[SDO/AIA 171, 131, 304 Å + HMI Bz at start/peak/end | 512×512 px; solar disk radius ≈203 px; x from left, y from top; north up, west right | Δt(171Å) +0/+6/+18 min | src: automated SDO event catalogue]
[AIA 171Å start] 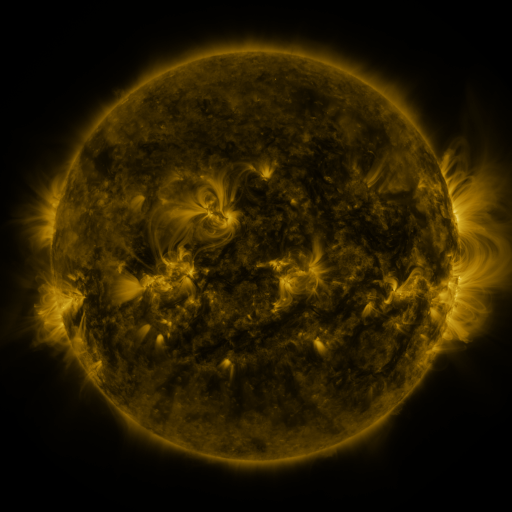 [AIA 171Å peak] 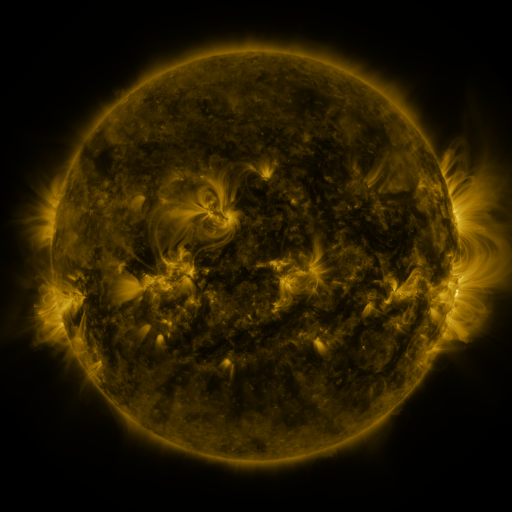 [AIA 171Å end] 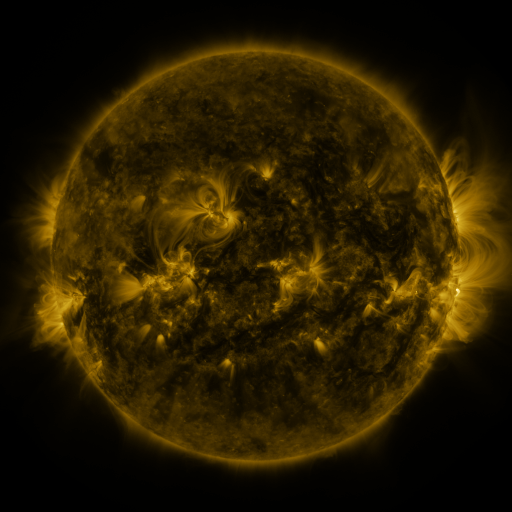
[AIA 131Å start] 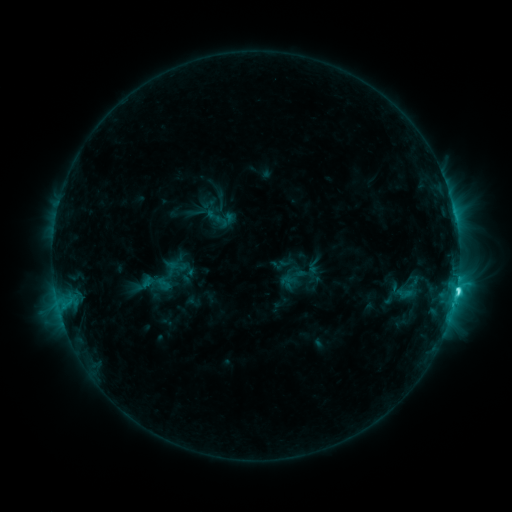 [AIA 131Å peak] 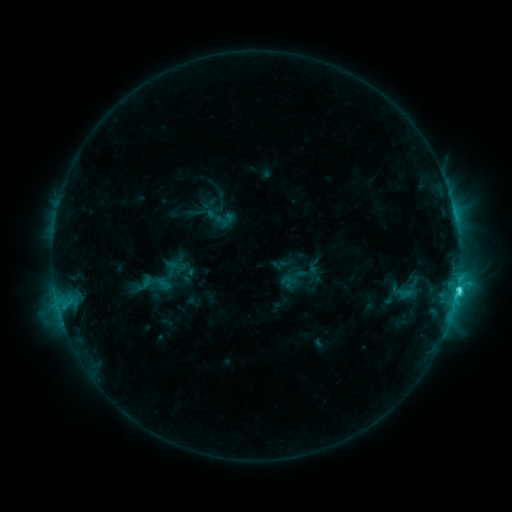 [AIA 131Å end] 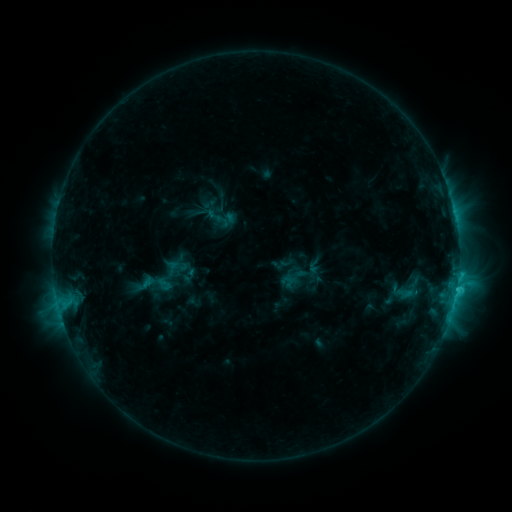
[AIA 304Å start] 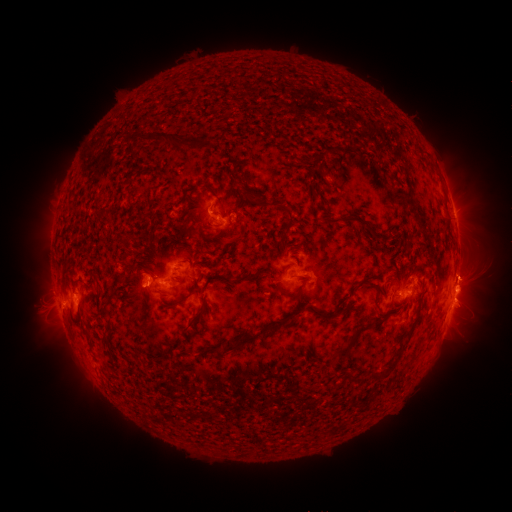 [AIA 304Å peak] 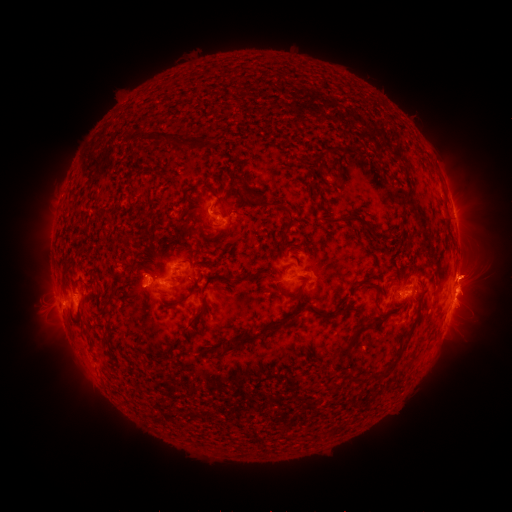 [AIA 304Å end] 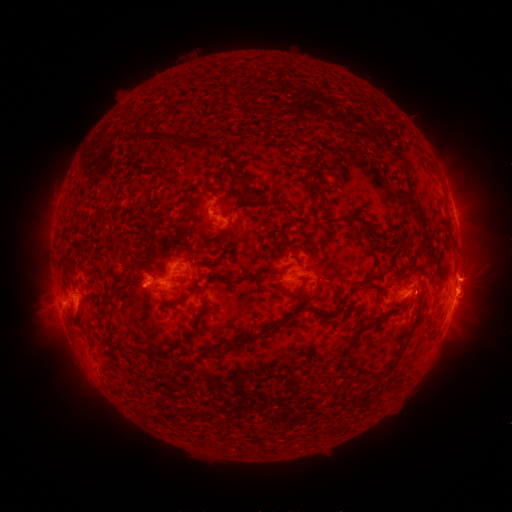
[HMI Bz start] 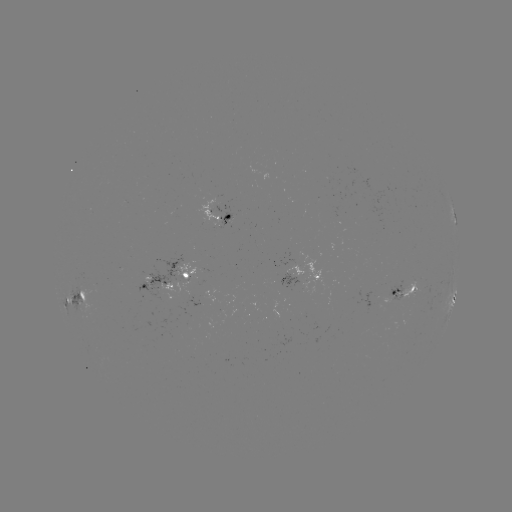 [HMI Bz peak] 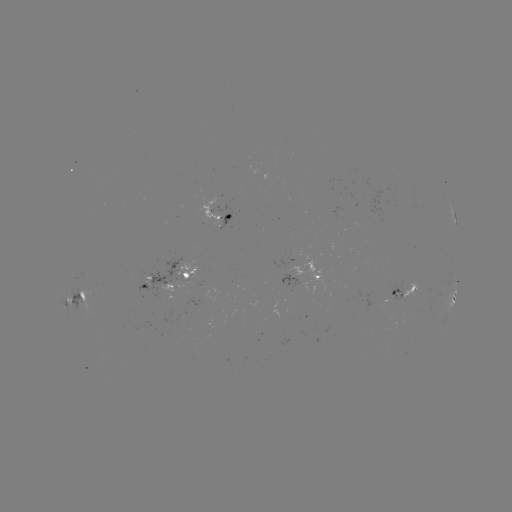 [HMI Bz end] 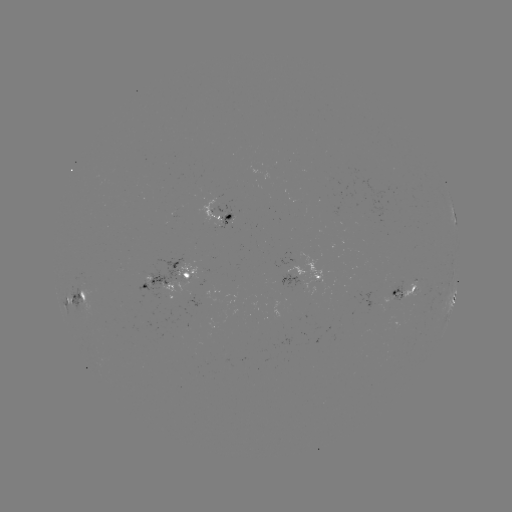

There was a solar eruption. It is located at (476, 277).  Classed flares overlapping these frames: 1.